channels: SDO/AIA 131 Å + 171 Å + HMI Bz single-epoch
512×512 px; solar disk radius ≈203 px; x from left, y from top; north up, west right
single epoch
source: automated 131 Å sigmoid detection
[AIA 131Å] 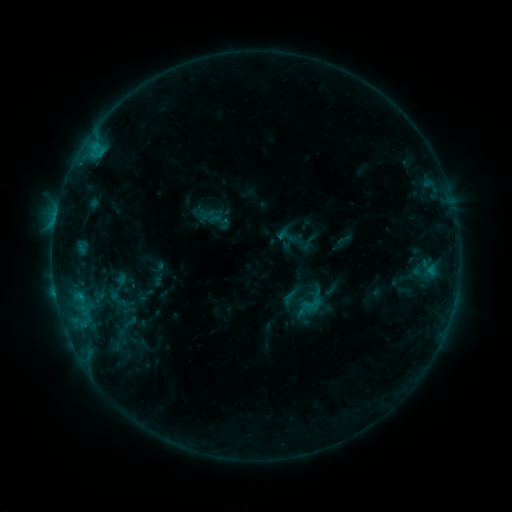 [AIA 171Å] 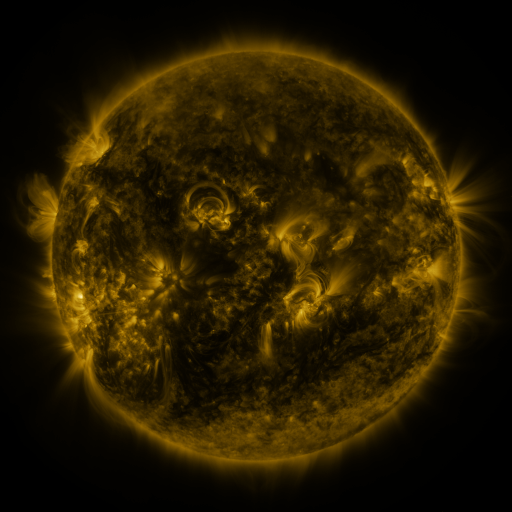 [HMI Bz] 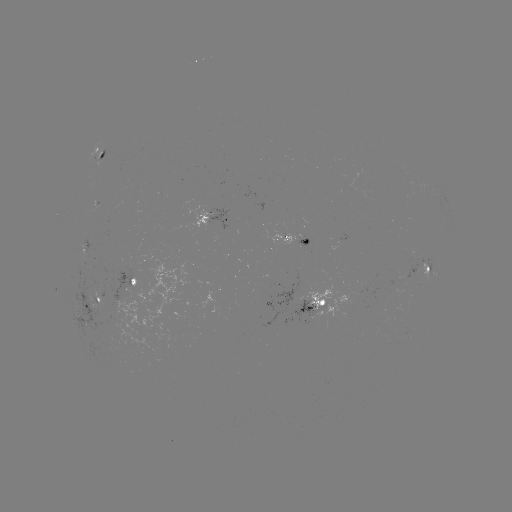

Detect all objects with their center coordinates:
sigmoid: (211, 216)
sigmoid: (311, 303)
